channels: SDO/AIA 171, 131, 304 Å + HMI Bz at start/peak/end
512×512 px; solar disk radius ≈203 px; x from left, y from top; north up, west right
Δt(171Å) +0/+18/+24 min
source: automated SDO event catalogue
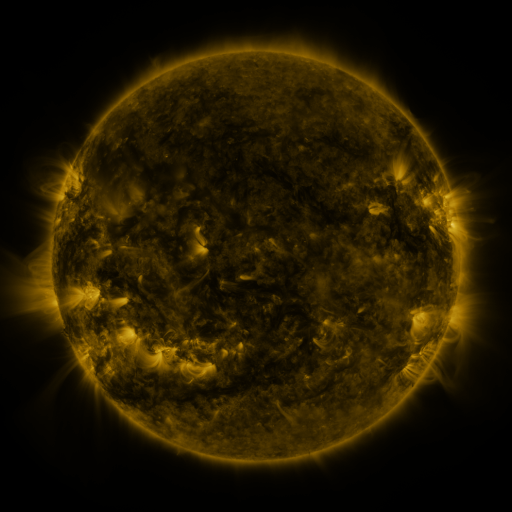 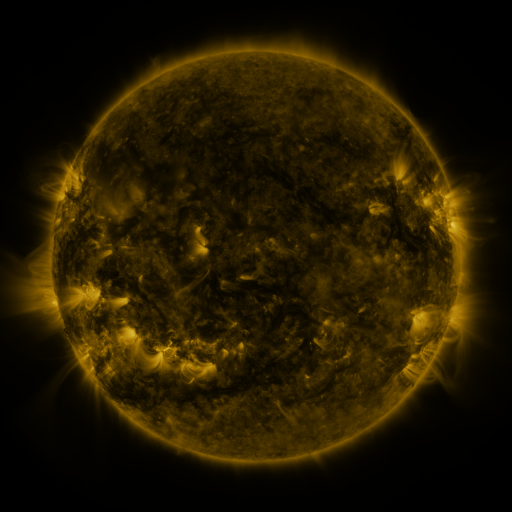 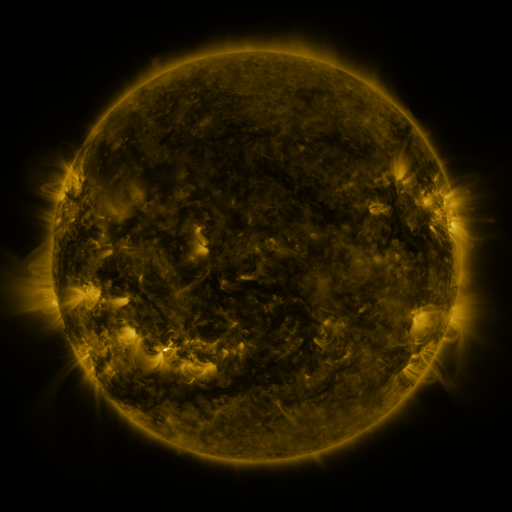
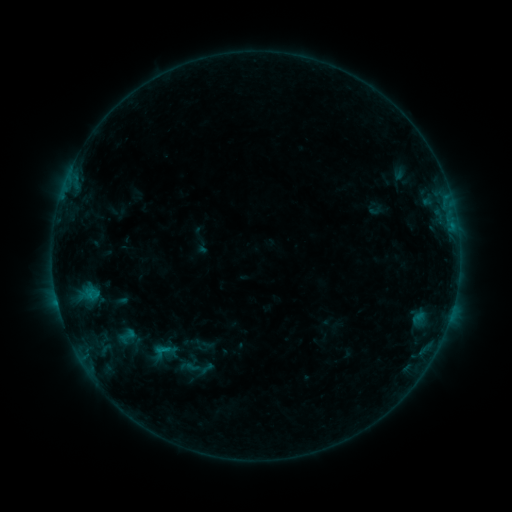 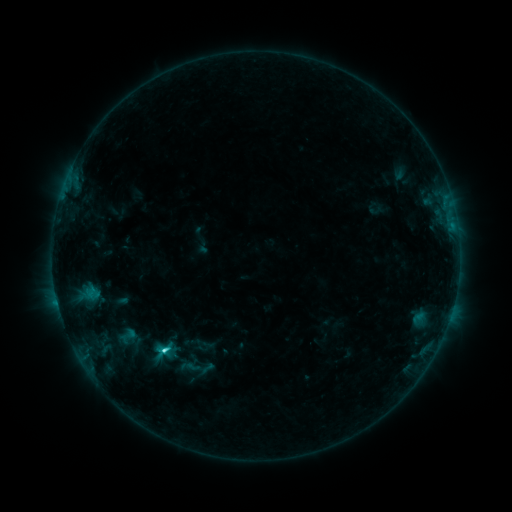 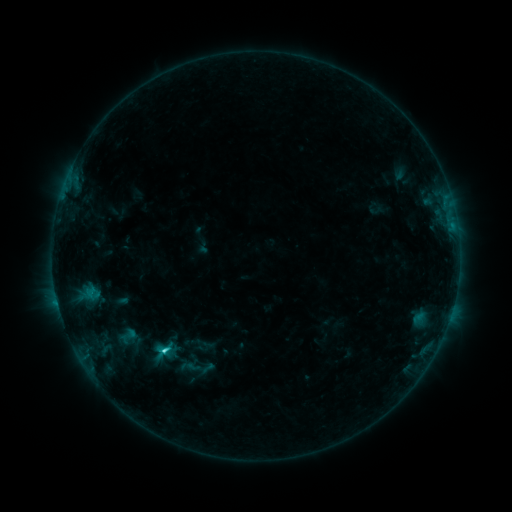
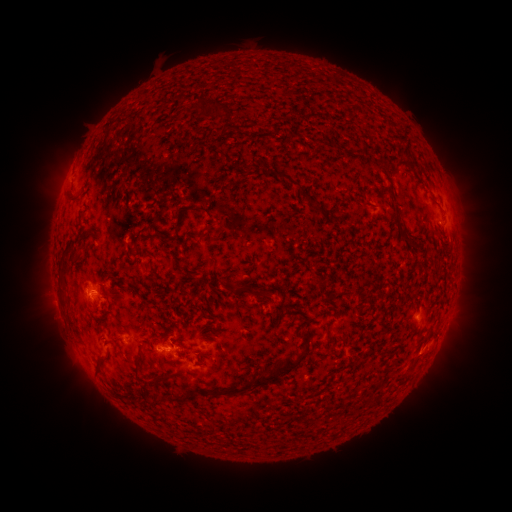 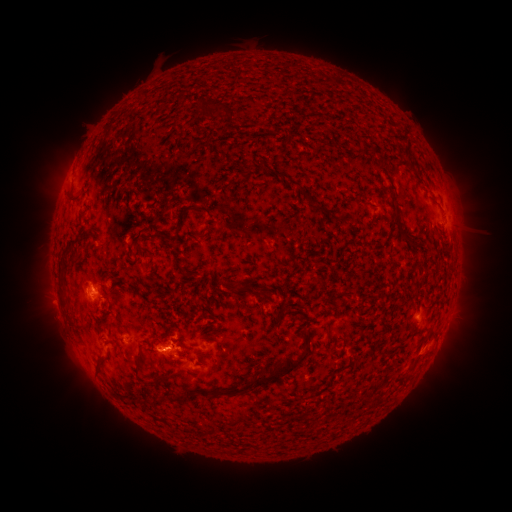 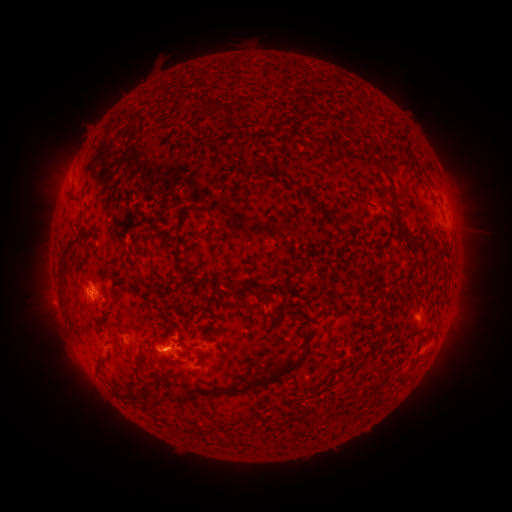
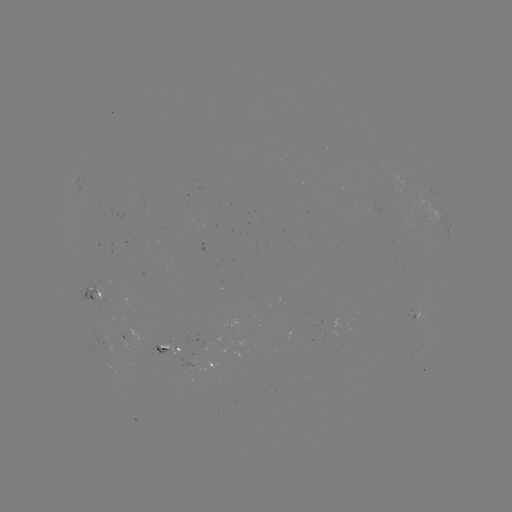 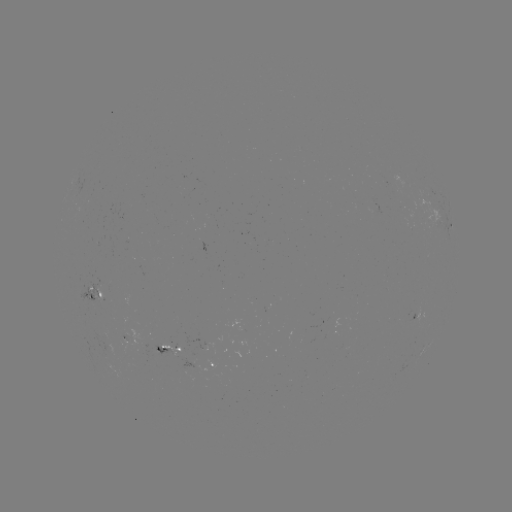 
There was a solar flare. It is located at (166, 347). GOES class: C2.0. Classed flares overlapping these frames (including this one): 1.